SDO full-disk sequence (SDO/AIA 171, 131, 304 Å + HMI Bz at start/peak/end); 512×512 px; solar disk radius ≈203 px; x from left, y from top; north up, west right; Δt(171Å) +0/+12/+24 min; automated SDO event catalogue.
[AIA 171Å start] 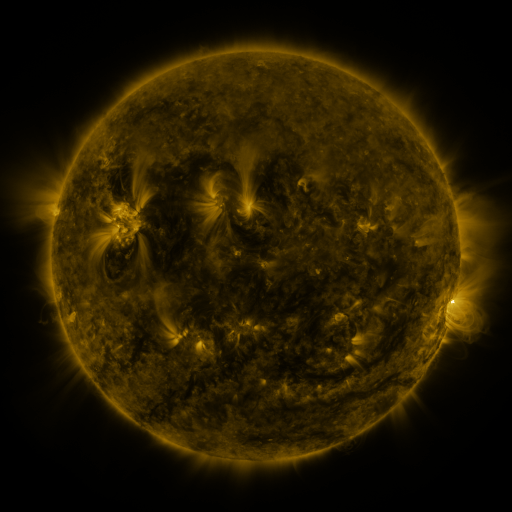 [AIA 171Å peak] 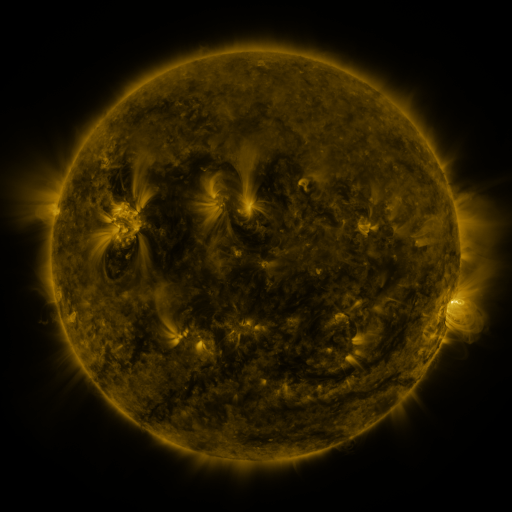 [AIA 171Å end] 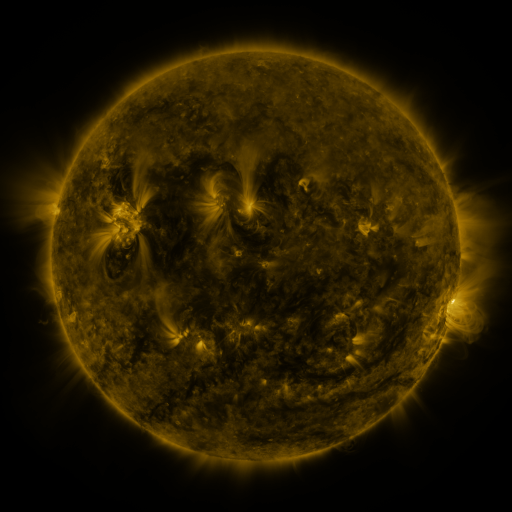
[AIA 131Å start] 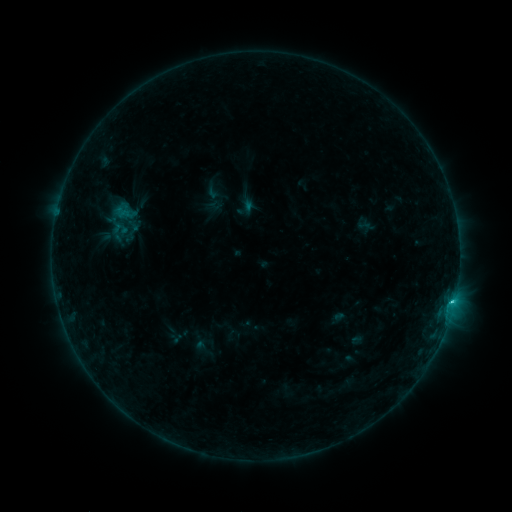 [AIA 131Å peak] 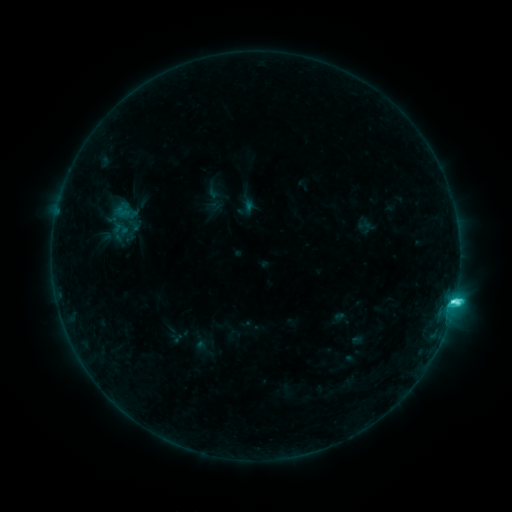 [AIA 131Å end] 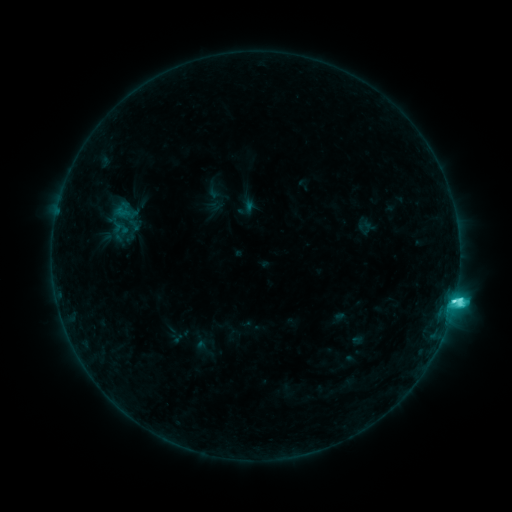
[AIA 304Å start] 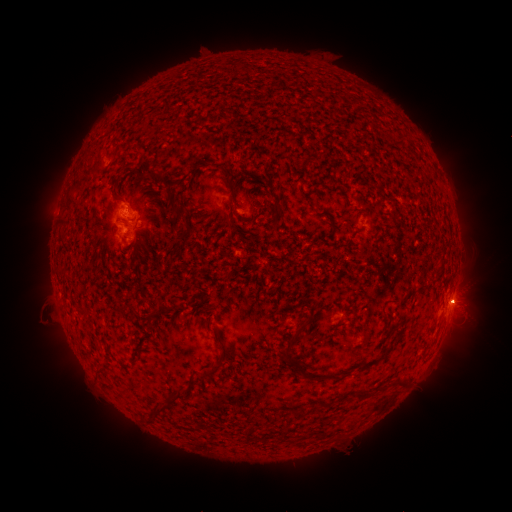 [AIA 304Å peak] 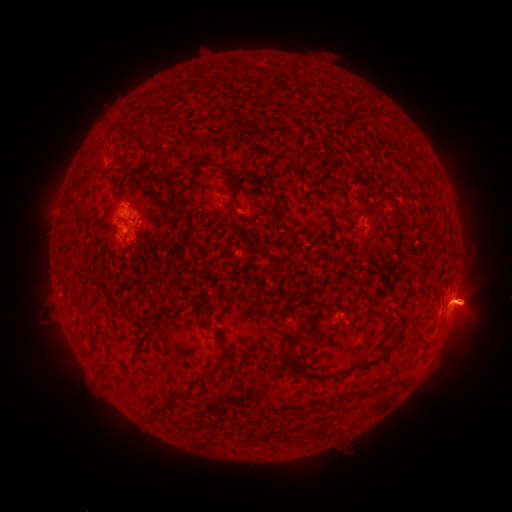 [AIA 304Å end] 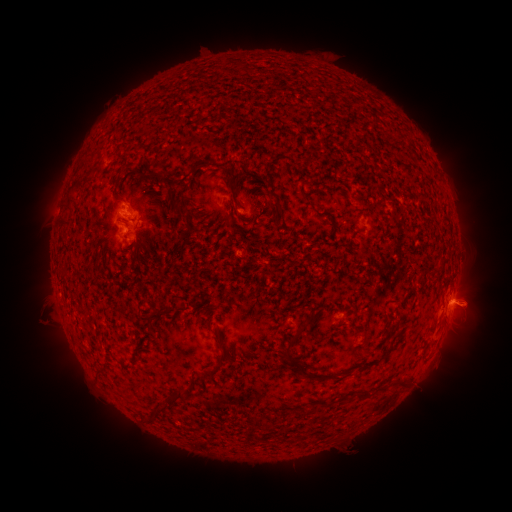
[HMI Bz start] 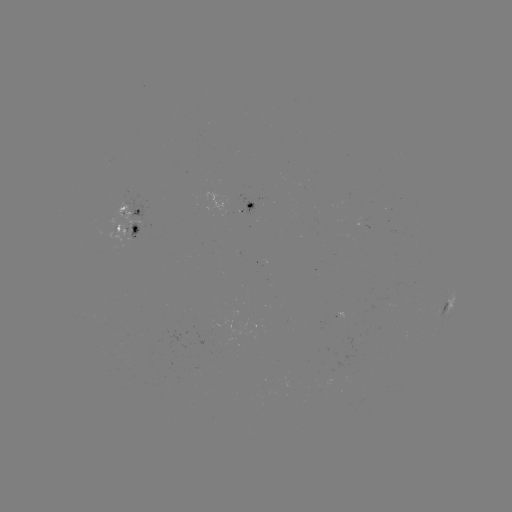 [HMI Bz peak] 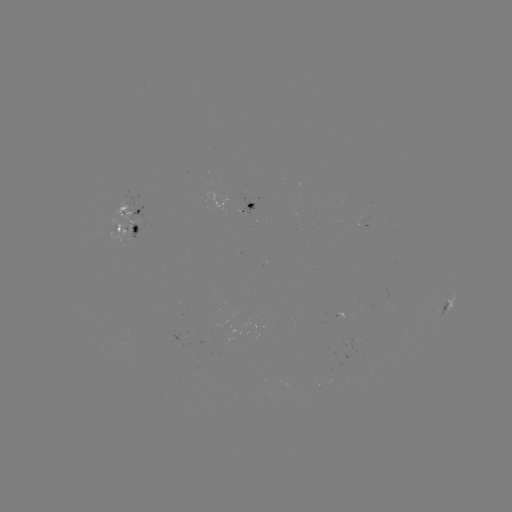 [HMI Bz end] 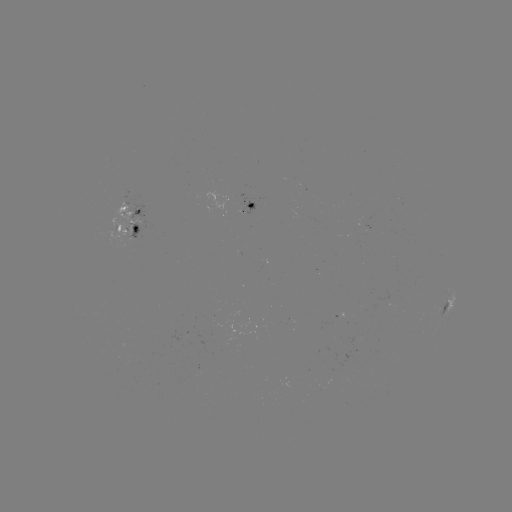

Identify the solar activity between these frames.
eruption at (473, 305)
